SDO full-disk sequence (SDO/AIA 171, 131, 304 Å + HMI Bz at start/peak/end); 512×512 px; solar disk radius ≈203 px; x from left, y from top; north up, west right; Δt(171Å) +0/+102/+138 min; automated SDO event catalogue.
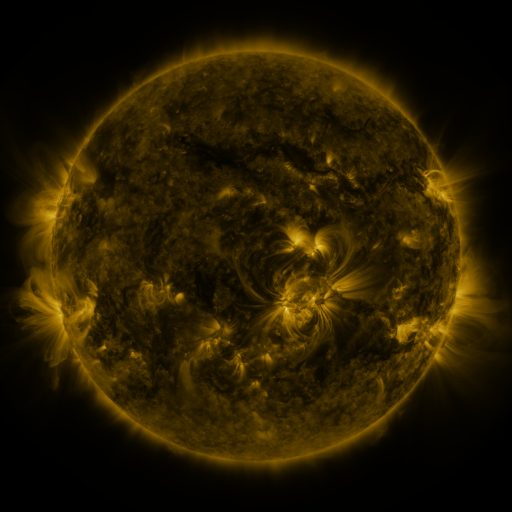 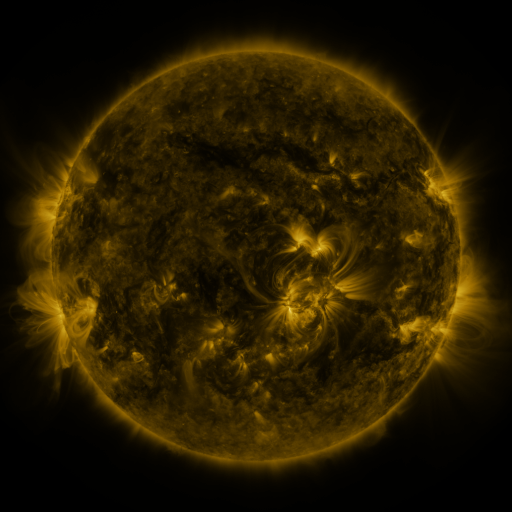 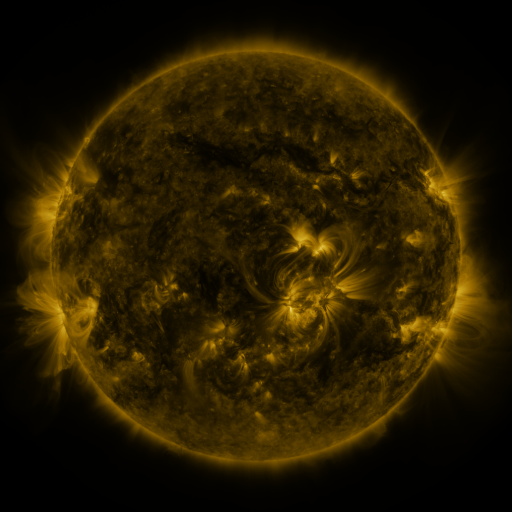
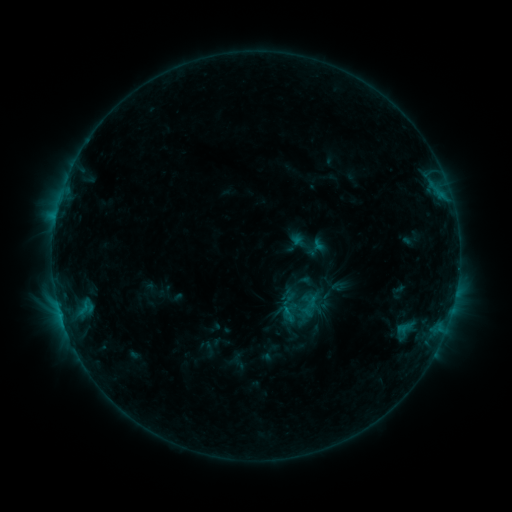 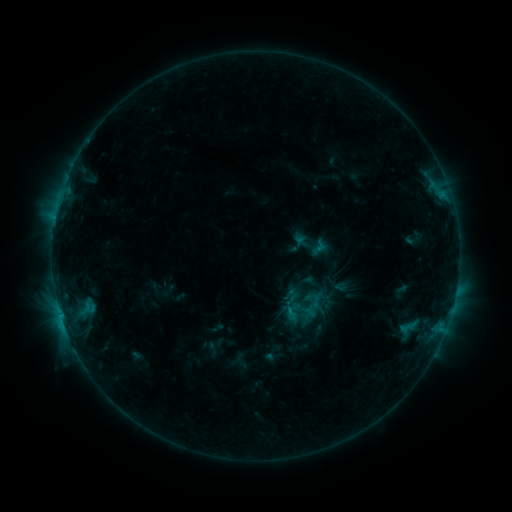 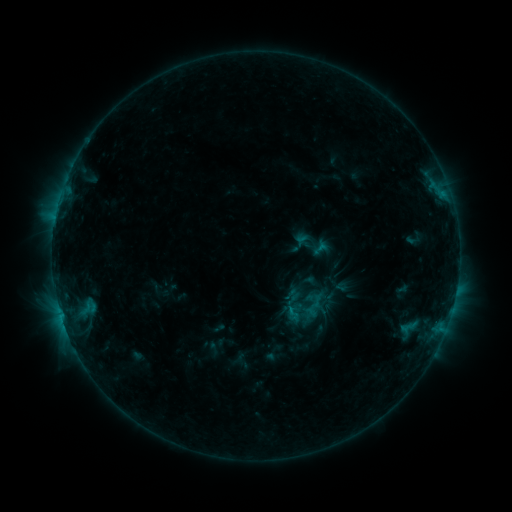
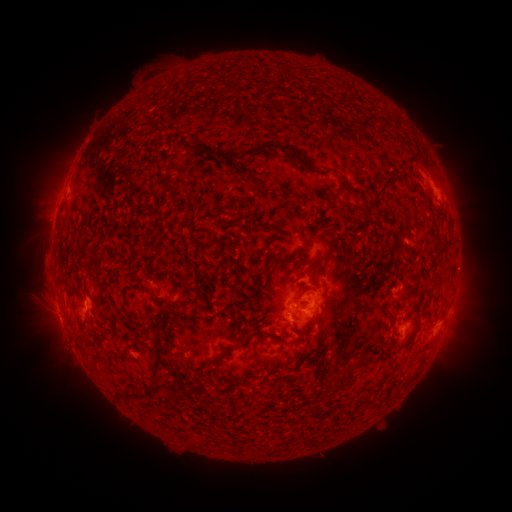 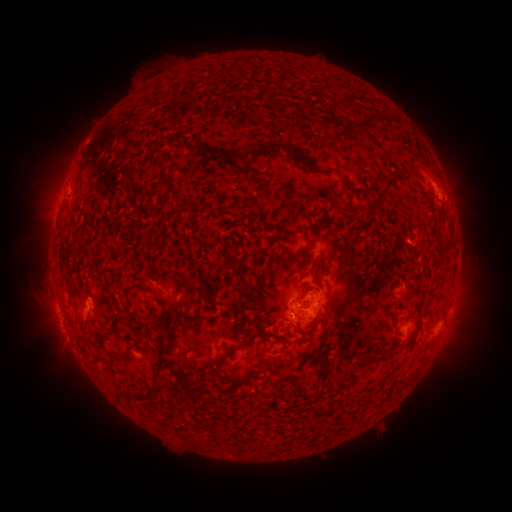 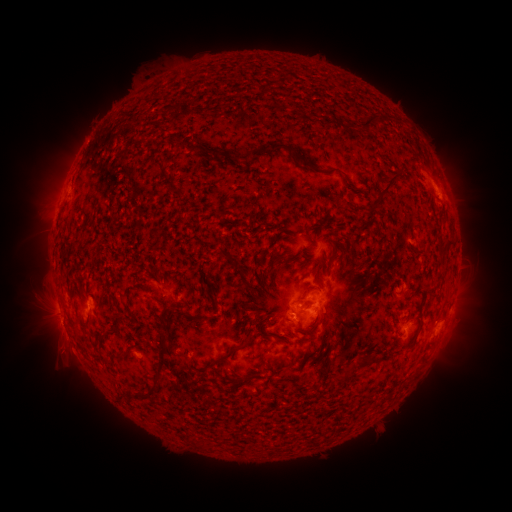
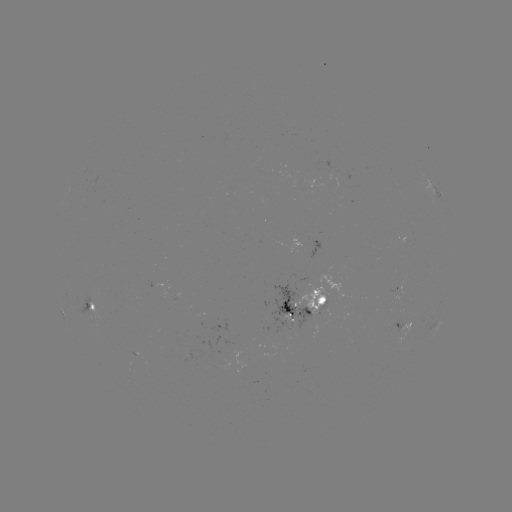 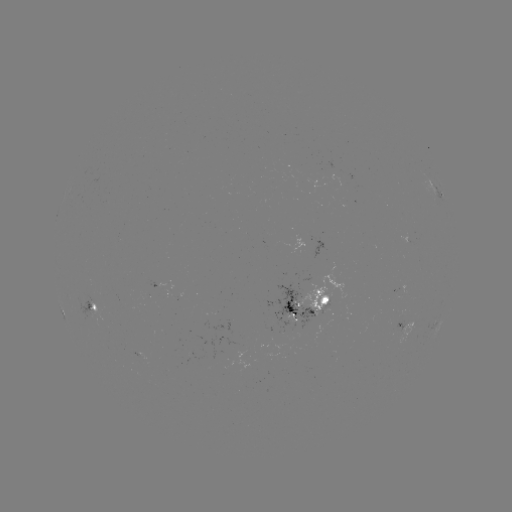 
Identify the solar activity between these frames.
emerging-flux region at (397, 329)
